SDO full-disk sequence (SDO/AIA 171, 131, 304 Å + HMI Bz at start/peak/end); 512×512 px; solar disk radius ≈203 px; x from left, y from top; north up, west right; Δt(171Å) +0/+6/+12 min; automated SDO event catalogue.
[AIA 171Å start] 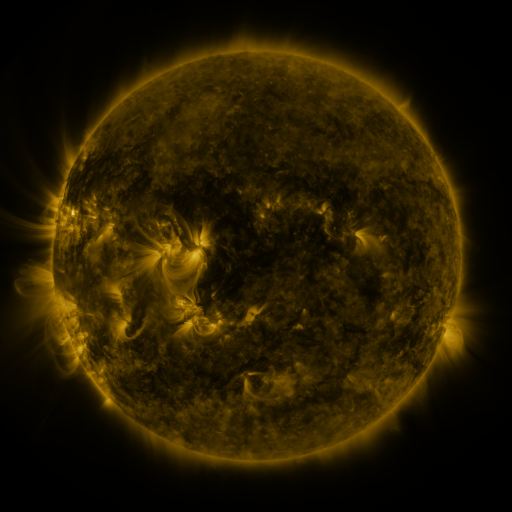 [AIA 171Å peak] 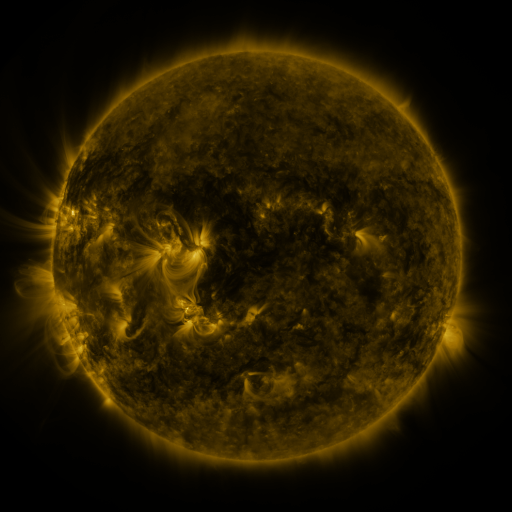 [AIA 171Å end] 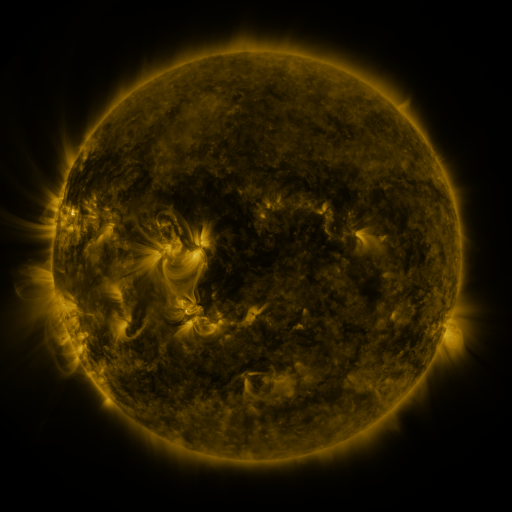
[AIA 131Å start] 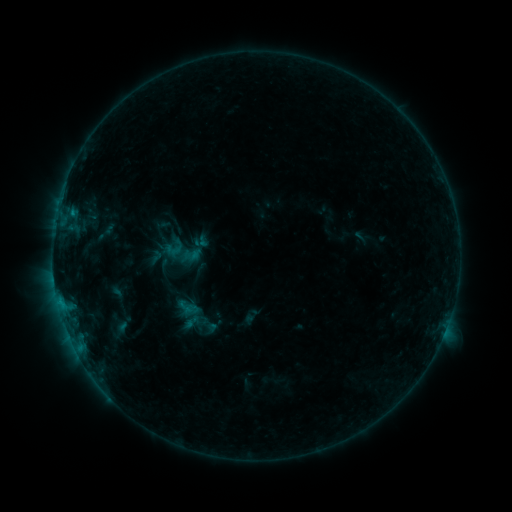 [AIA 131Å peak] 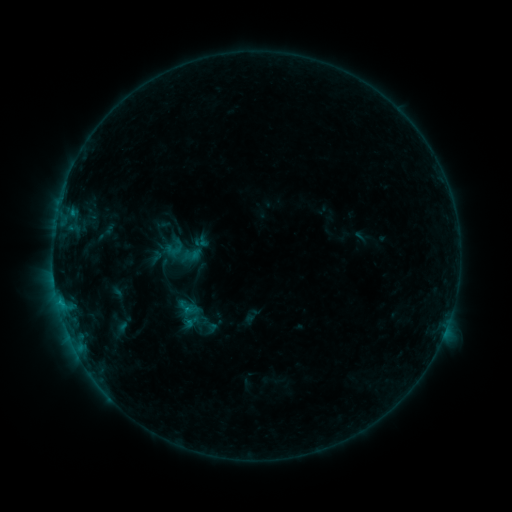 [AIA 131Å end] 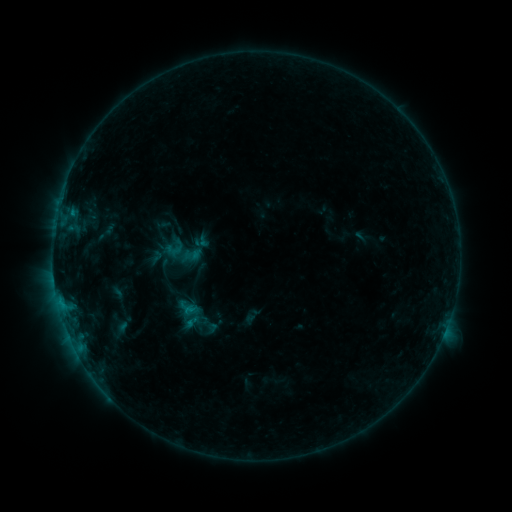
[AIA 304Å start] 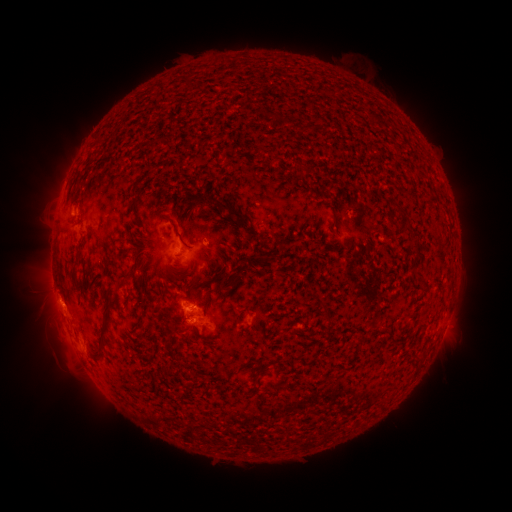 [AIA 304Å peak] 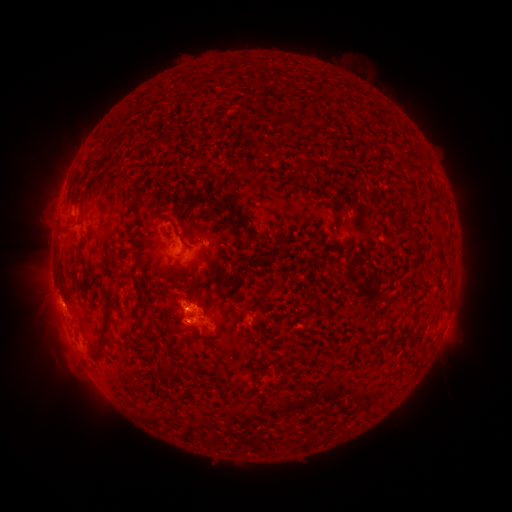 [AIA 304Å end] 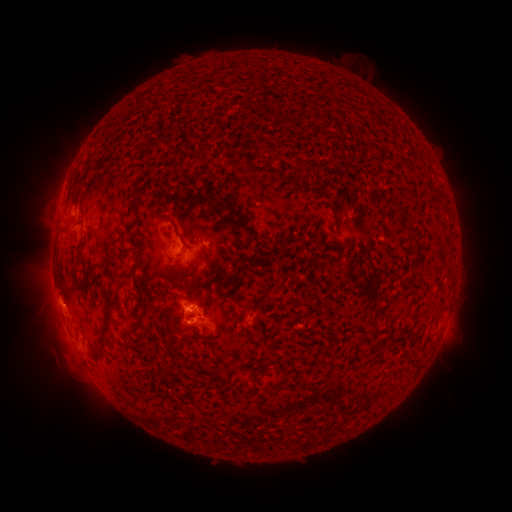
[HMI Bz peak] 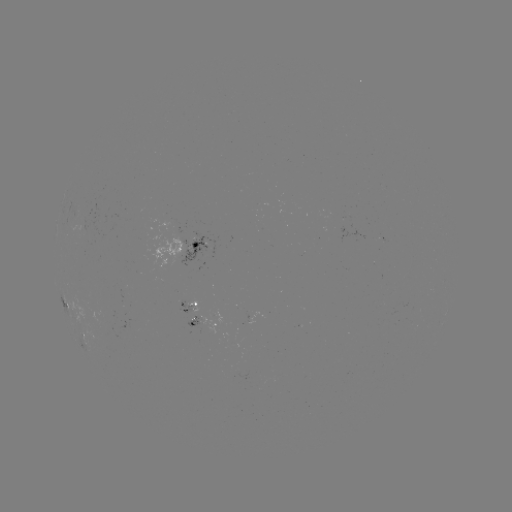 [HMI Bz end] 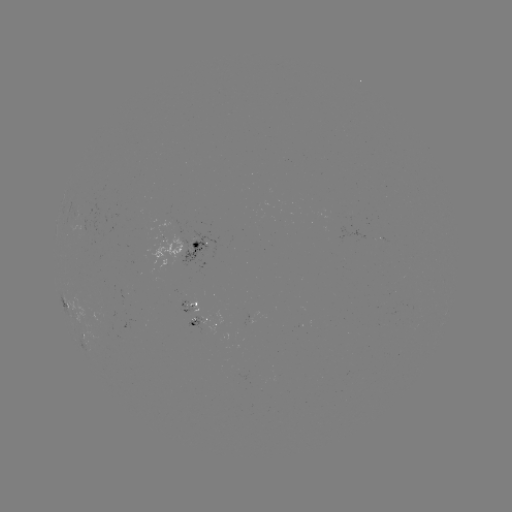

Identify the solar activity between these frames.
eruption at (180, 323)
